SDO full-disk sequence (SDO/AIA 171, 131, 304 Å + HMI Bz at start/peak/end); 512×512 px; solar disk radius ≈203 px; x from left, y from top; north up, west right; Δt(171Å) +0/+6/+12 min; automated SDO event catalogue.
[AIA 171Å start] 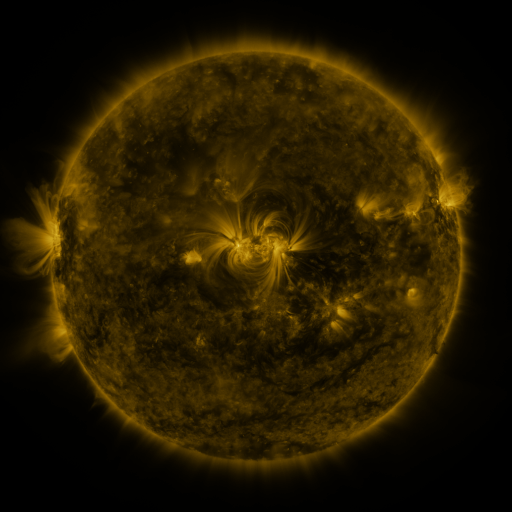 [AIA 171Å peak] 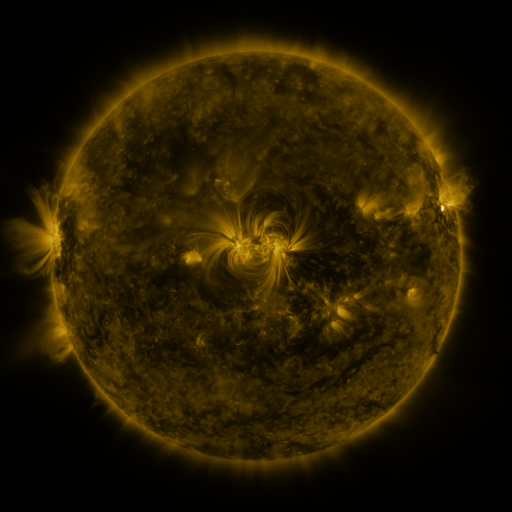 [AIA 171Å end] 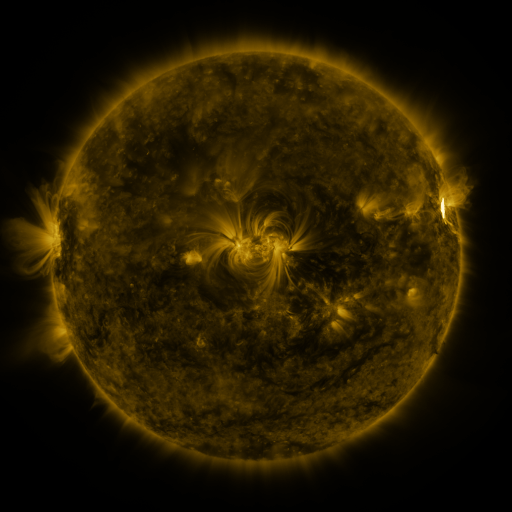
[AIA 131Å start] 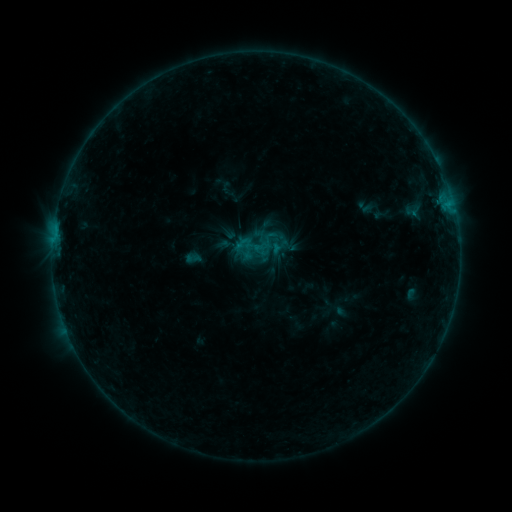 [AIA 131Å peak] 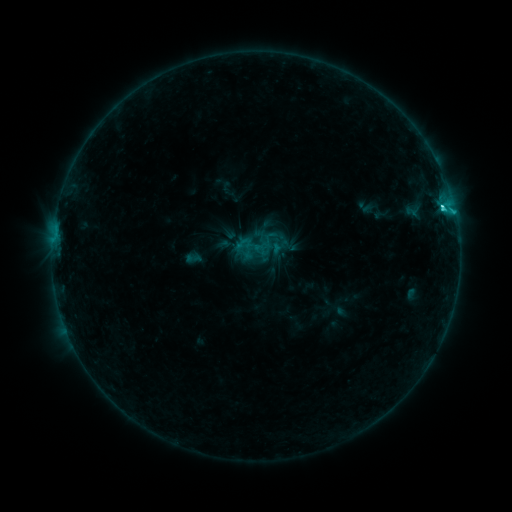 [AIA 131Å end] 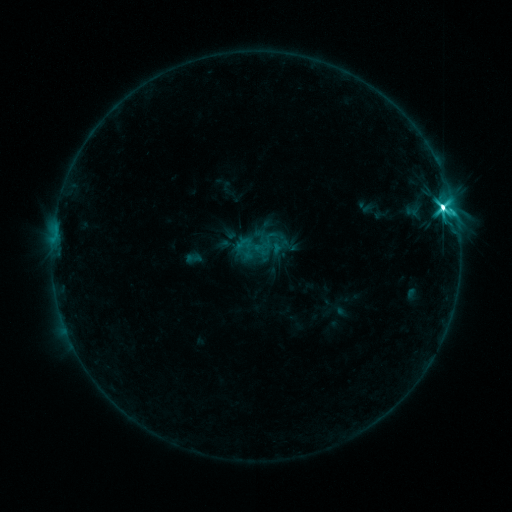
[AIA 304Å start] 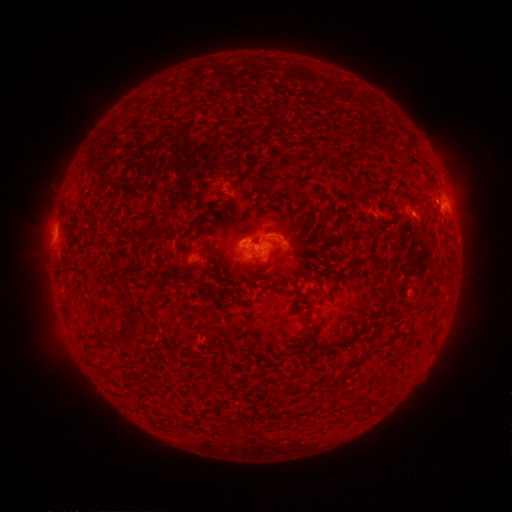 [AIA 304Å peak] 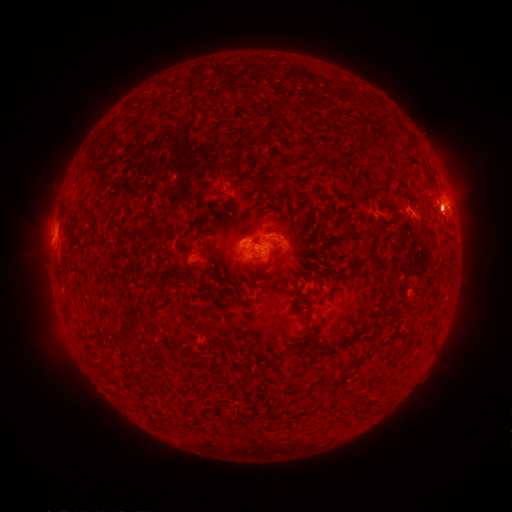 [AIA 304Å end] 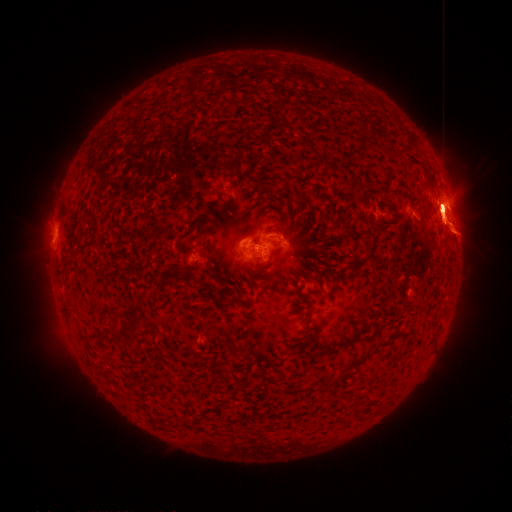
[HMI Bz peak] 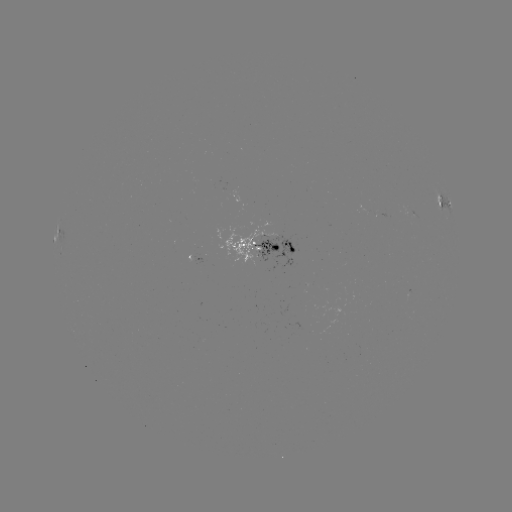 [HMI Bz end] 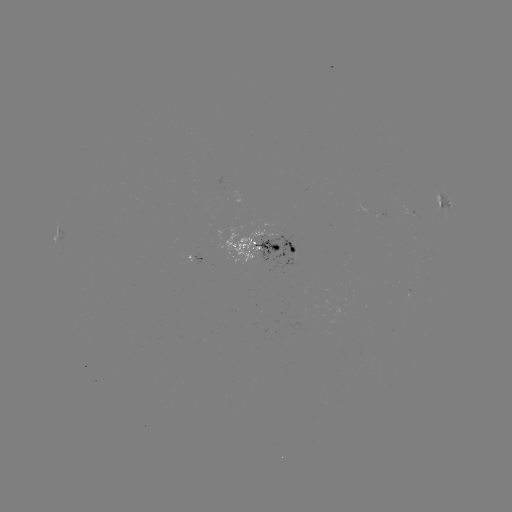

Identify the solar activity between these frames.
M2.5 flare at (442, 207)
